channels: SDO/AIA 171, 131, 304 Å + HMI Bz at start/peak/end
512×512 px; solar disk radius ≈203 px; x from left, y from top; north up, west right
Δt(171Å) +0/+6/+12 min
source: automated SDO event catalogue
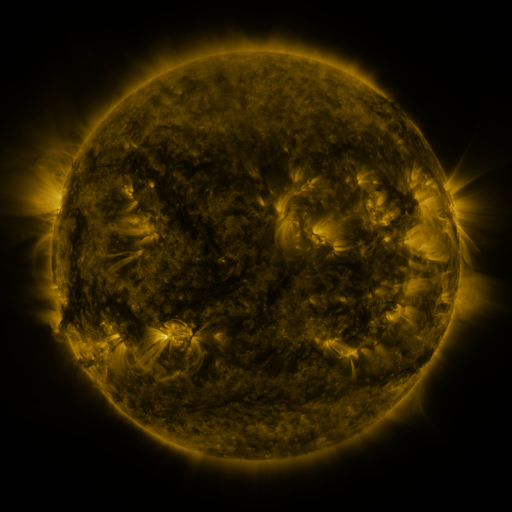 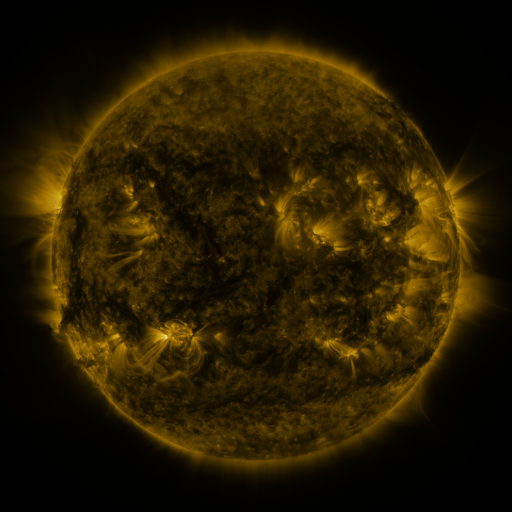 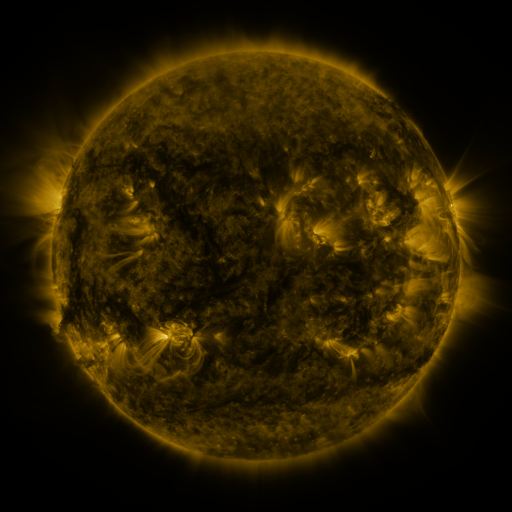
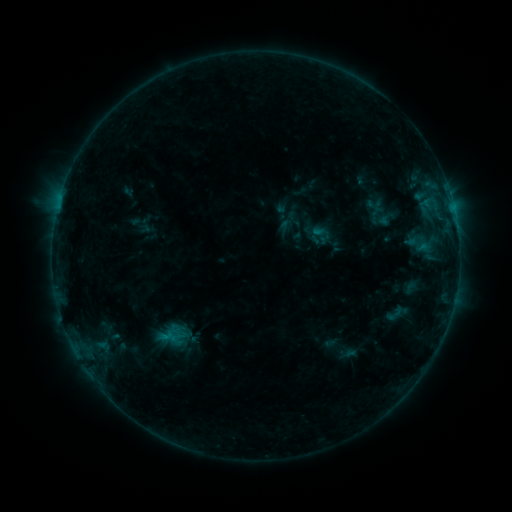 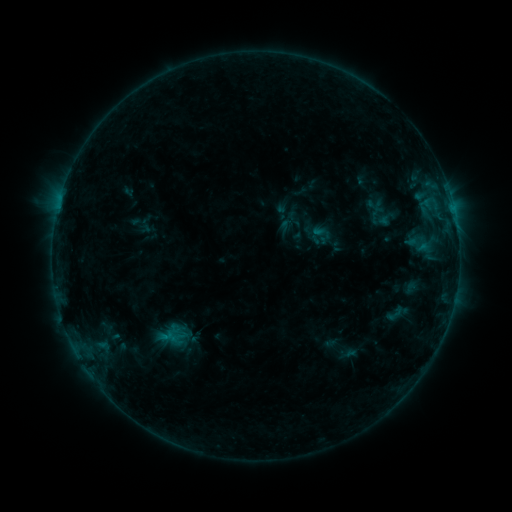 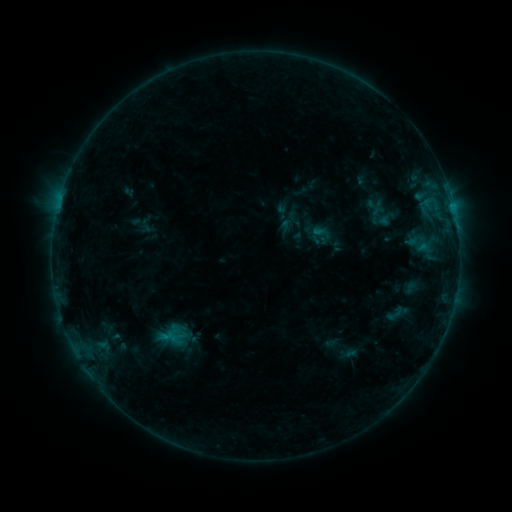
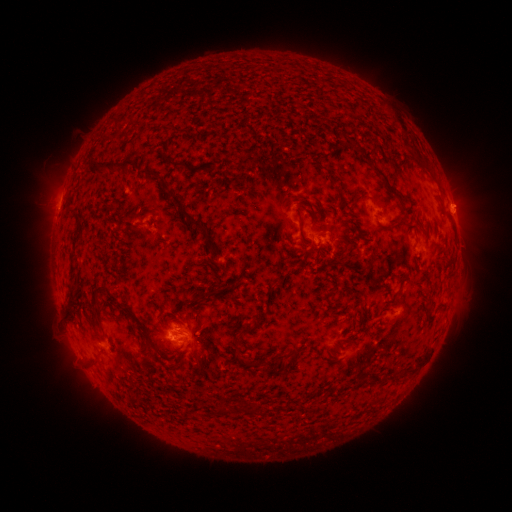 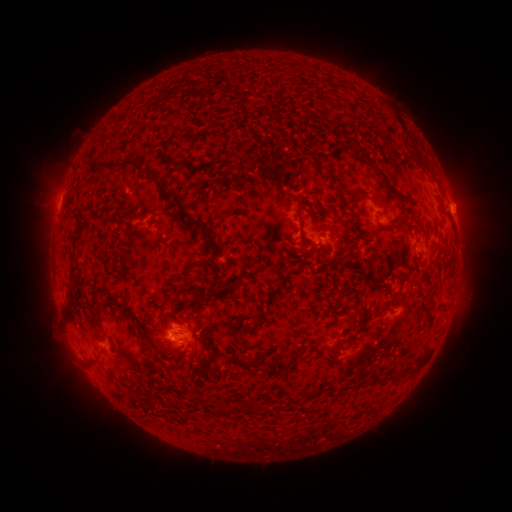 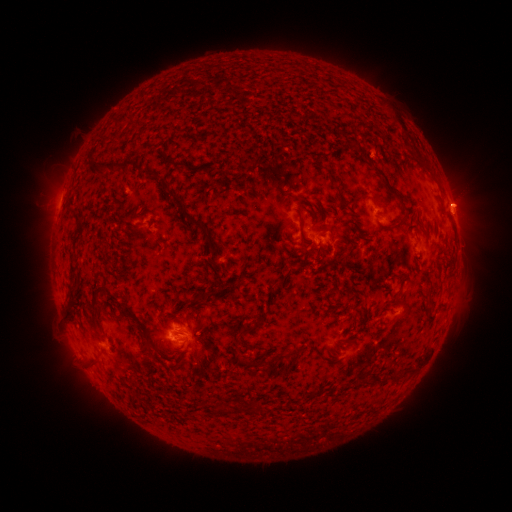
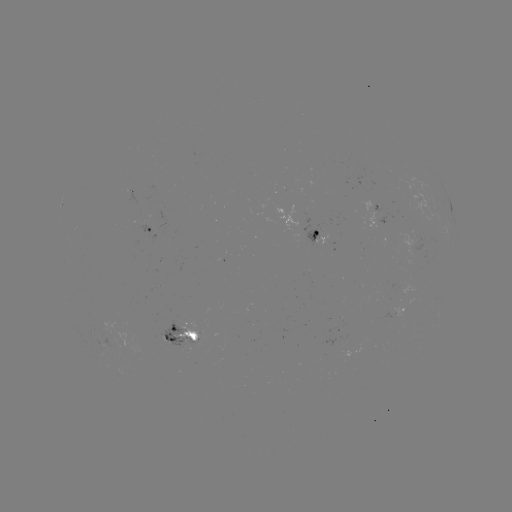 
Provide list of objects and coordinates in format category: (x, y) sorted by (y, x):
eruption: (458, 203)
